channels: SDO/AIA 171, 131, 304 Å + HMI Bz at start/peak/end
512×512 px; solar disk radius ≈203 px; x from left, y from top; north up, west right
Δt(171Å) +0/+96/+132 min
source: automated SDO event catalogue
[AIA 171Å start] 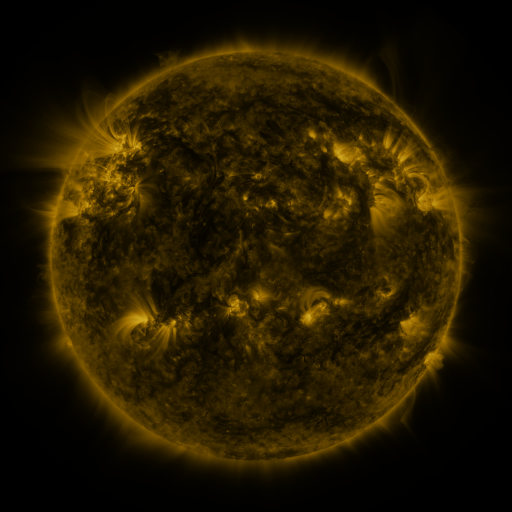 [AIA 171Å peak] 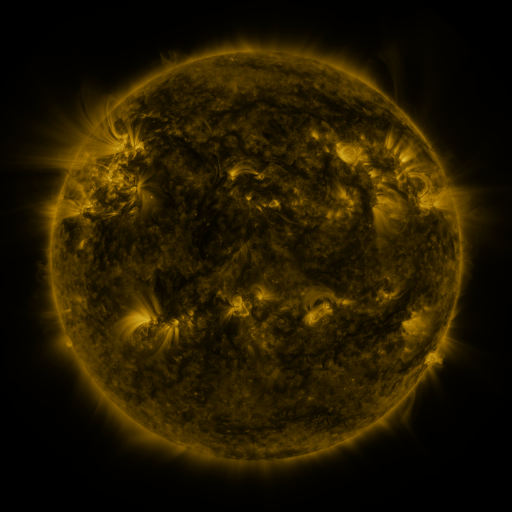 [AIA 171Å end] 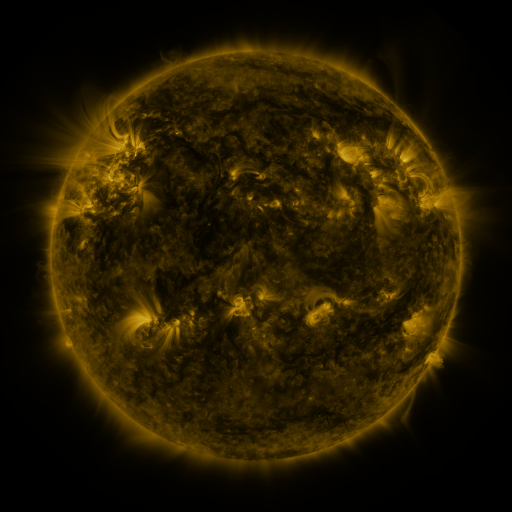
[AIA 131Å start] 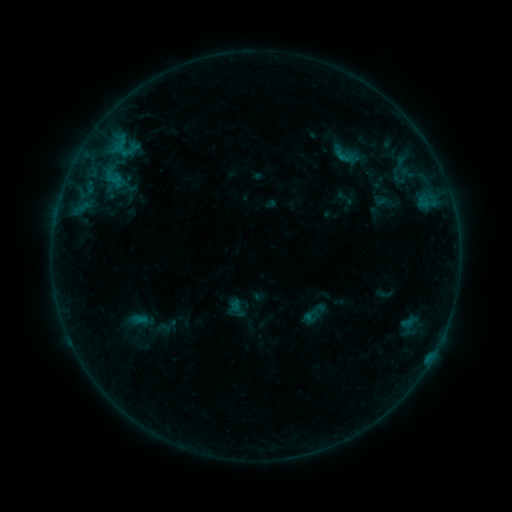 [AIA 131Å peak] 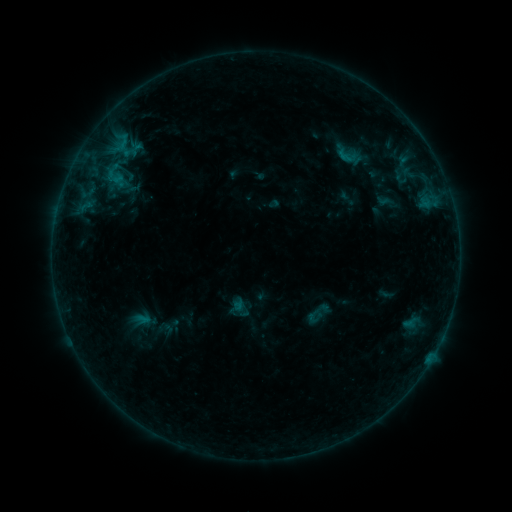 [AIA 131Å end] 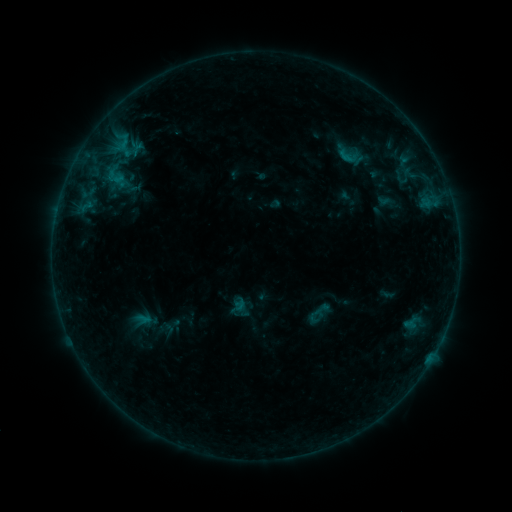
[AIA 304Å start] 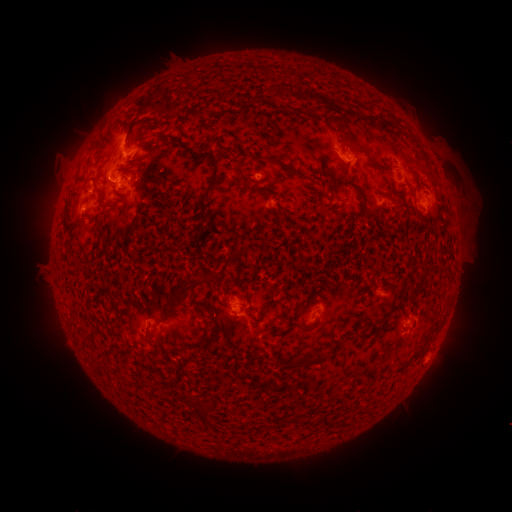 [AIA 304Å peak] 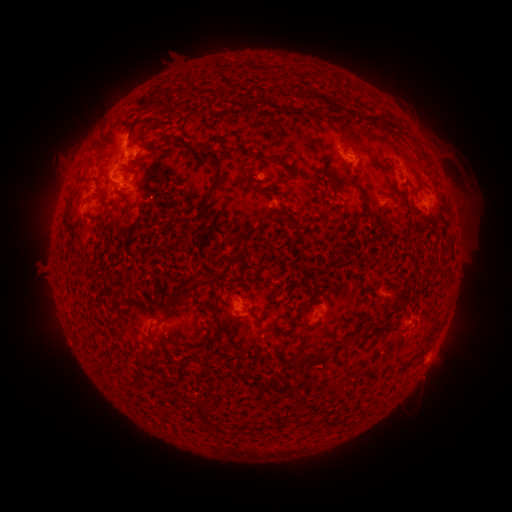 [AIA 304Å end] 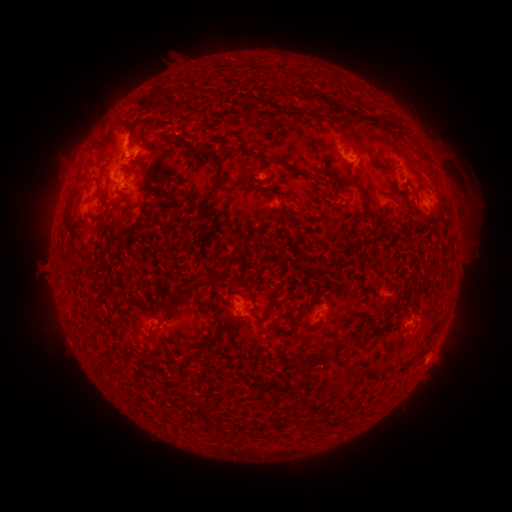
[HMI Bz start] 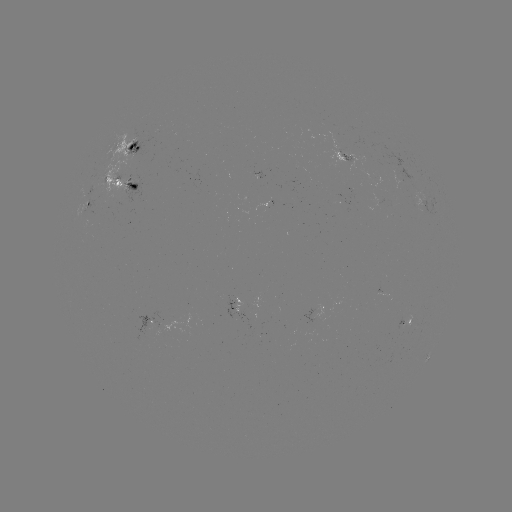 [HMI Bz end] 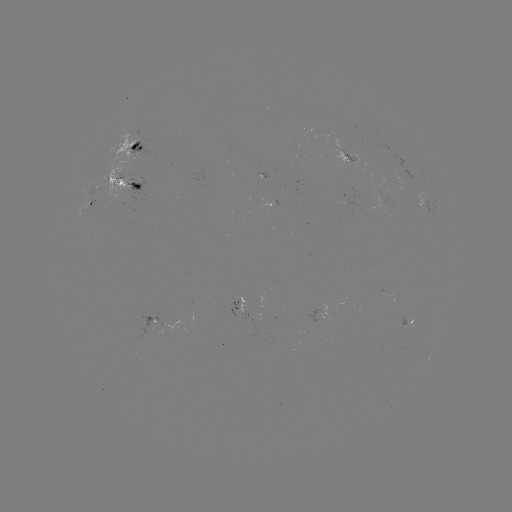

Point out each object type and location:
emerging-flux region: (348, 156)
